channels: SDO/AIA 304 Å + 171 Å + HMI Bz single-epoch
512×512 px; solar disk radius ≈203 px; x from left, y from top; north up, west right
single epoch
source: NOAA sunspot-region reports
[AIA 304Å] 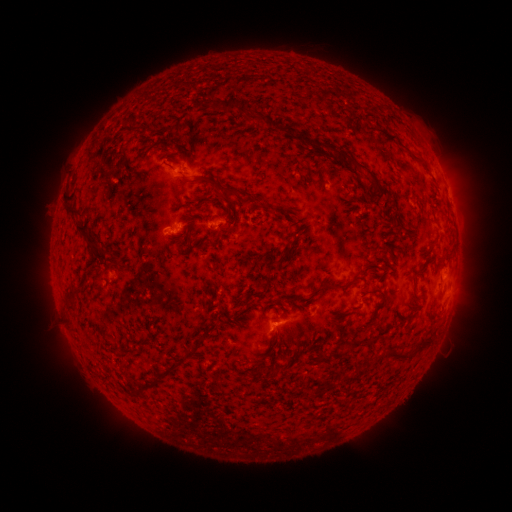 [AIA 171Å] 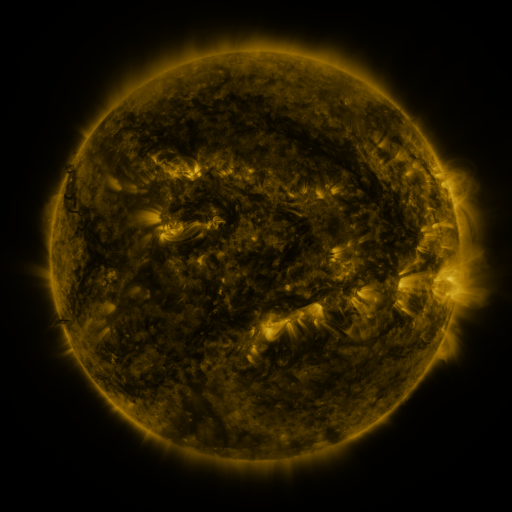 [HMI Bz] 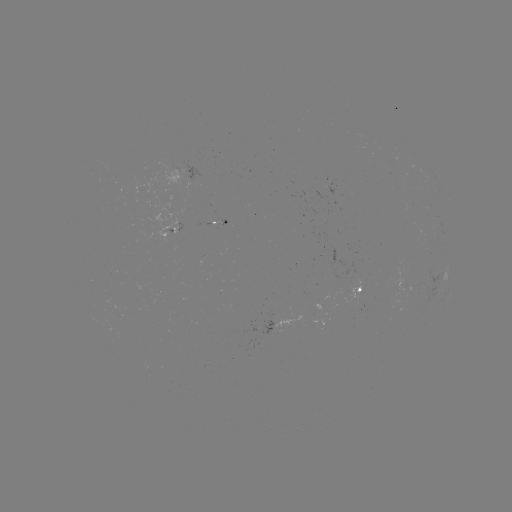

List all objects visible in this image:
spotted active region: (444, 274)
spotted active region: (362, 289)
spotted active region: (289, 322)
